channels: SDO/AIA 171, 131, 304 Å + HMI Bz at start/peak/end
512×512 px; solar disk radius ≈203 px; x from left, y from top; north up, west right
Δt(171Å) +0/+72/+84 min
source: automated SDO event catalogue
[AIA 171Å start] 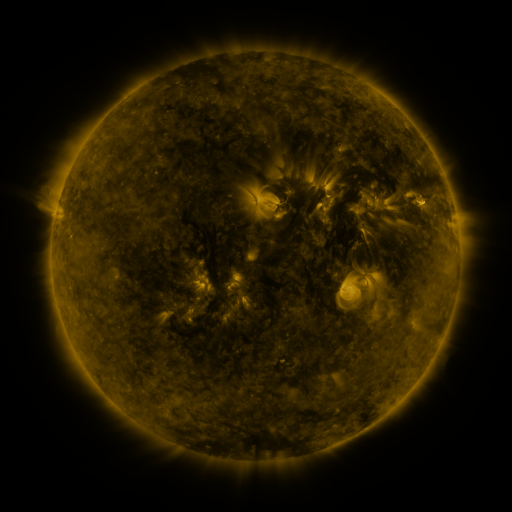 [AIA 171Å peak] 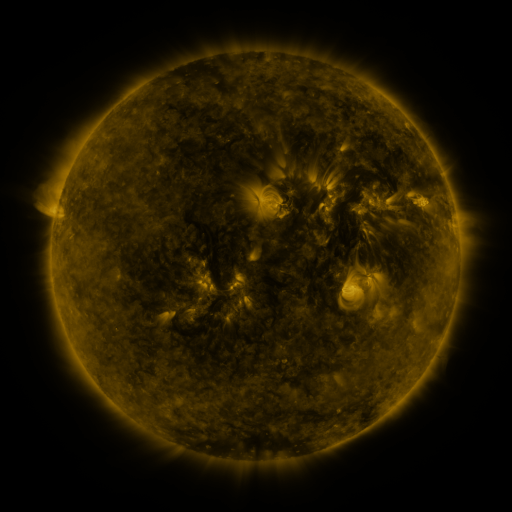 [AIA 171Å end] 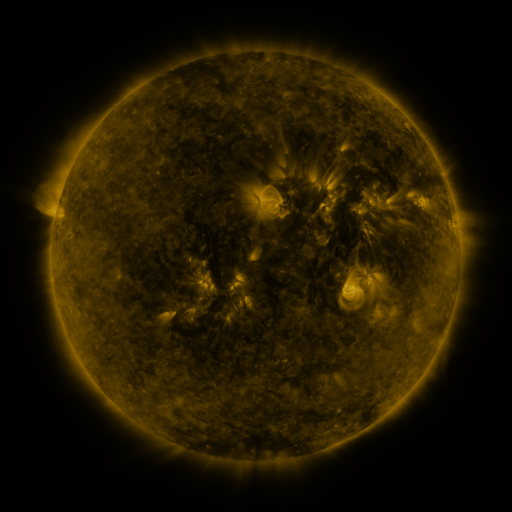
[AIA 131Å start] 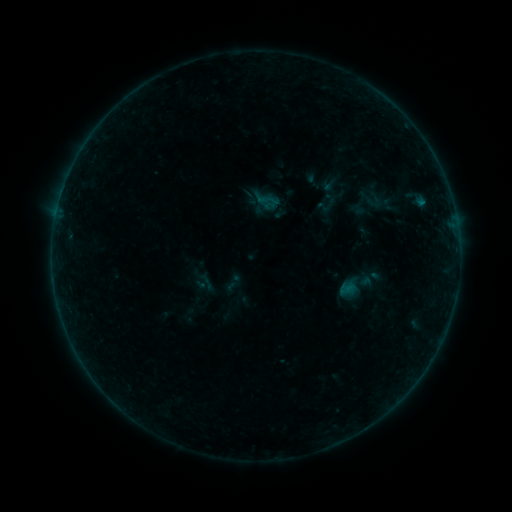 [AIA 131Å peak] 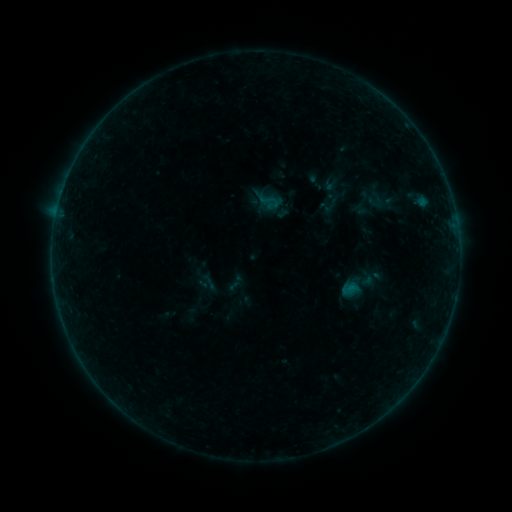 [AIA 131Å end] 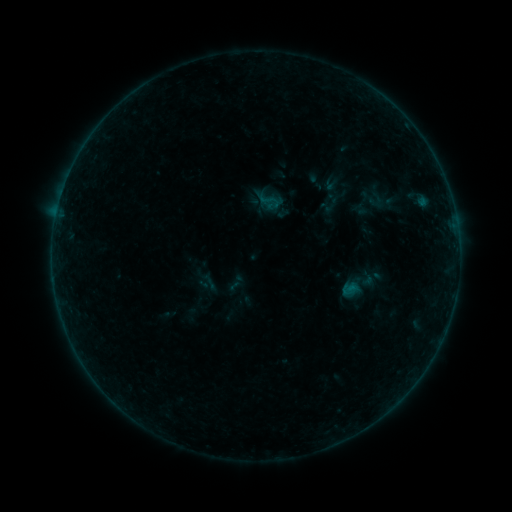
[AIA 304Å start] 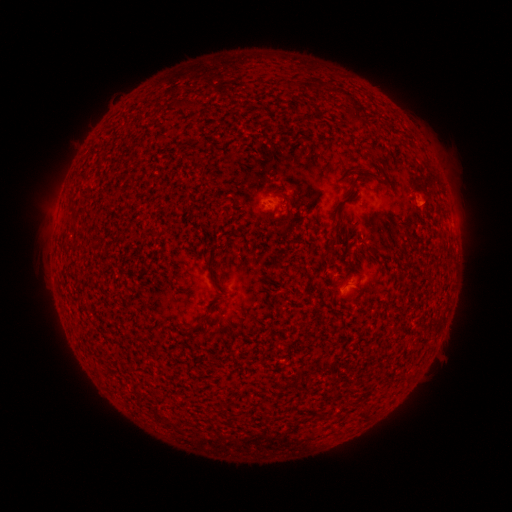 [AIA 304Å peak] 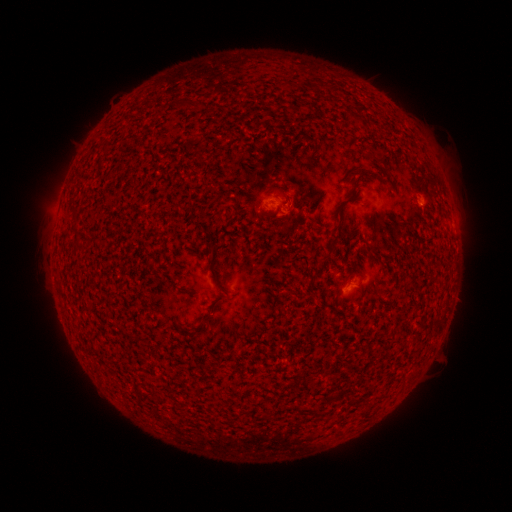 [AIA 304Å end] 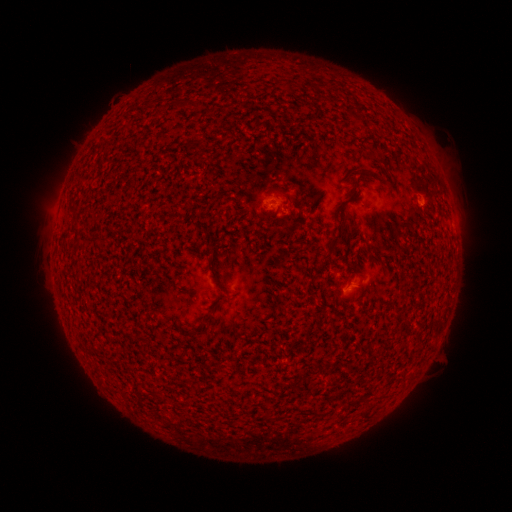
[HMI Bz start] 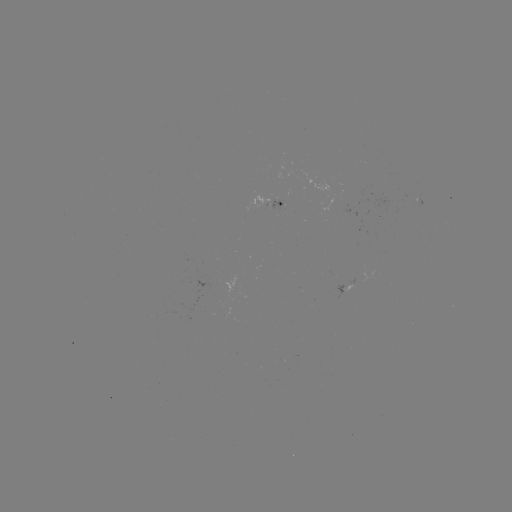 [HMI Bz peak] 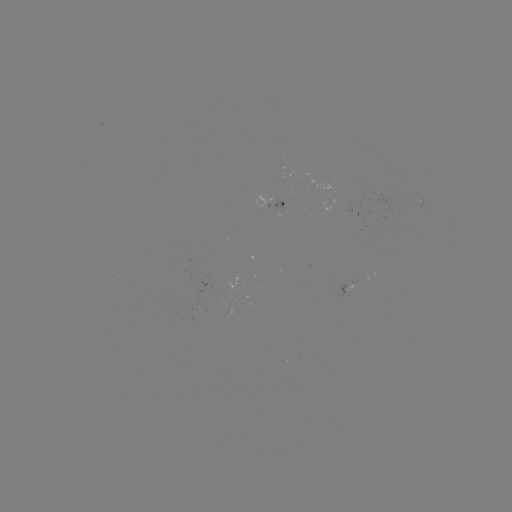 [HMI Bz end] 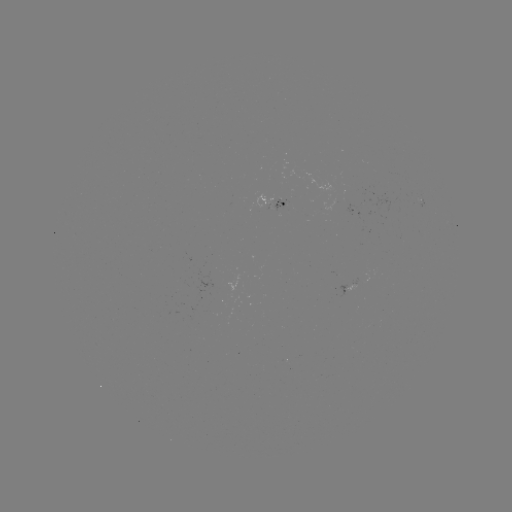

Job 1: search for emerging-flux region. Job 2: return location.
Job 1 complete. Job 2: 275,206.